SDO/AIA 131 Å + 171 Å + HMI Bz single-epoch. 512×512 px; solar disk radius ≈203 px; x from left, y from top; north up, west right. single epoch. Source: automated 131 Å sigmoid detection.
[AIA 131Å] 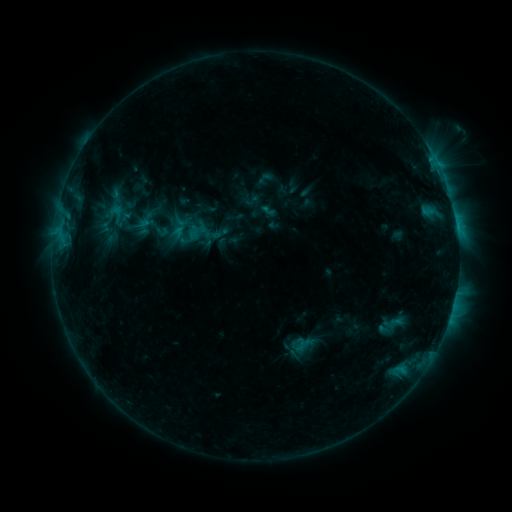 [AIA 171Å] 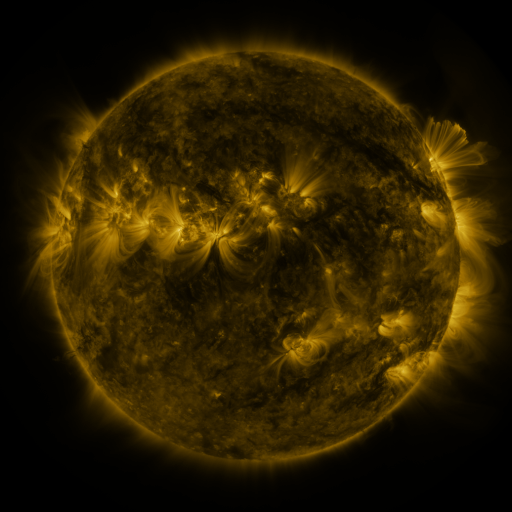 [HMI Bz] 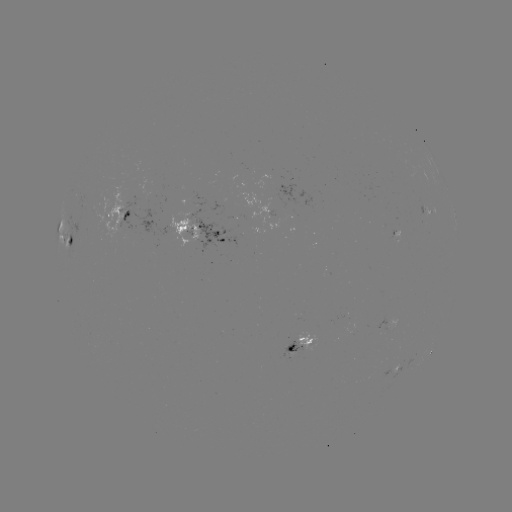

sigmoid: [104, 200, 127, 226]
